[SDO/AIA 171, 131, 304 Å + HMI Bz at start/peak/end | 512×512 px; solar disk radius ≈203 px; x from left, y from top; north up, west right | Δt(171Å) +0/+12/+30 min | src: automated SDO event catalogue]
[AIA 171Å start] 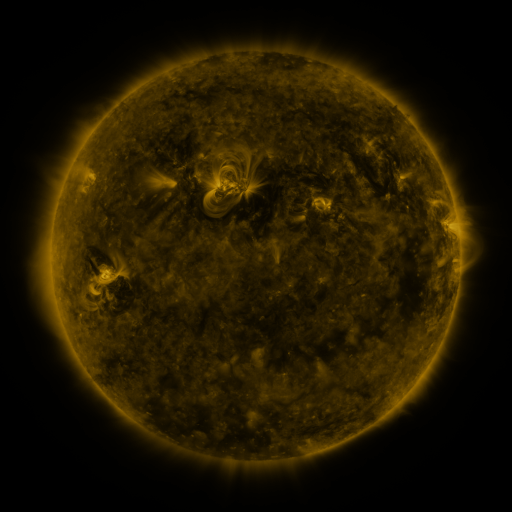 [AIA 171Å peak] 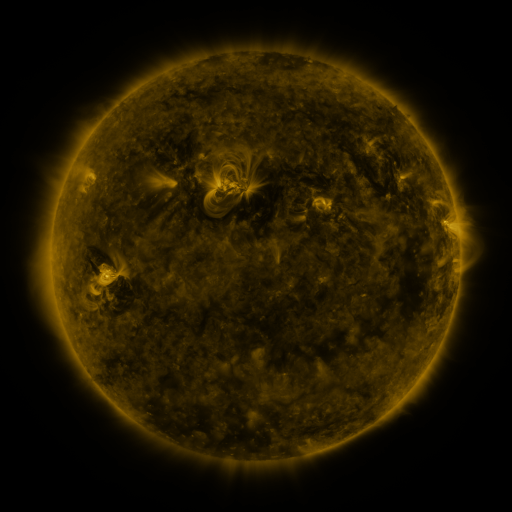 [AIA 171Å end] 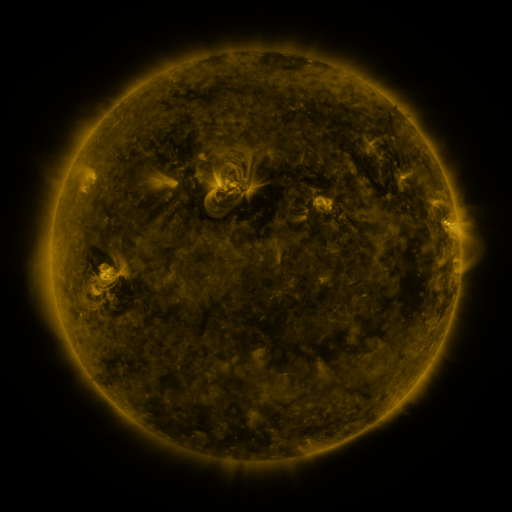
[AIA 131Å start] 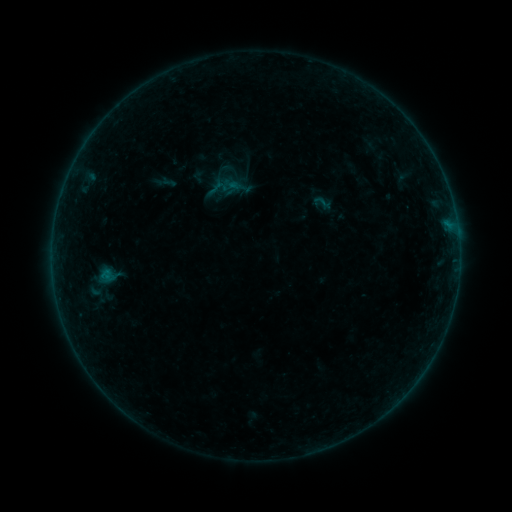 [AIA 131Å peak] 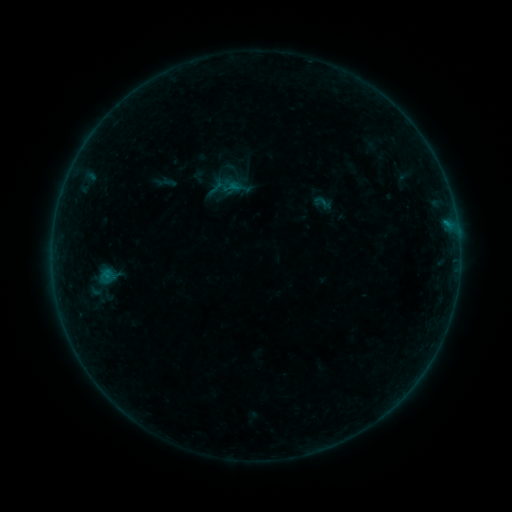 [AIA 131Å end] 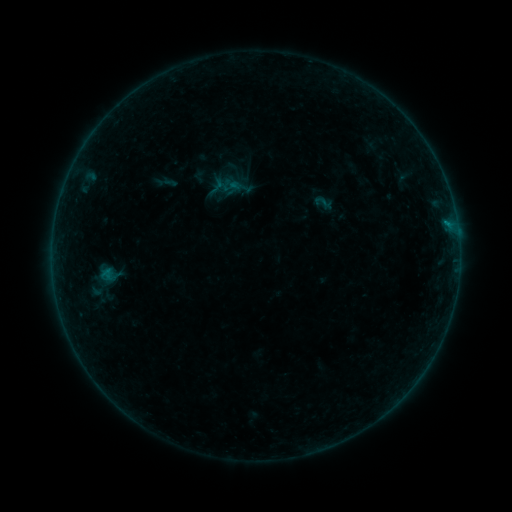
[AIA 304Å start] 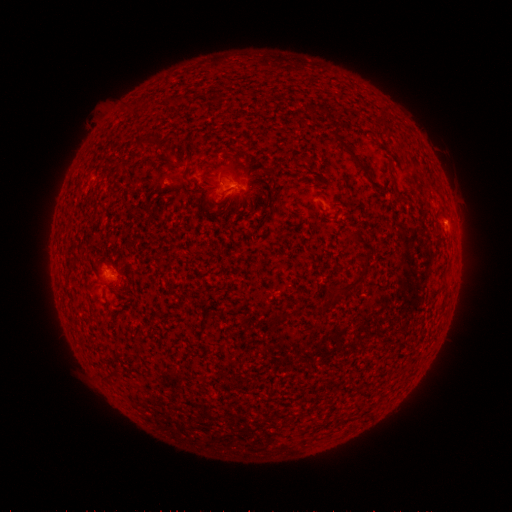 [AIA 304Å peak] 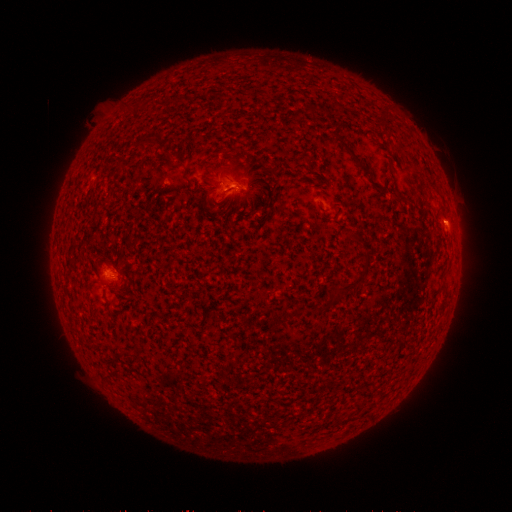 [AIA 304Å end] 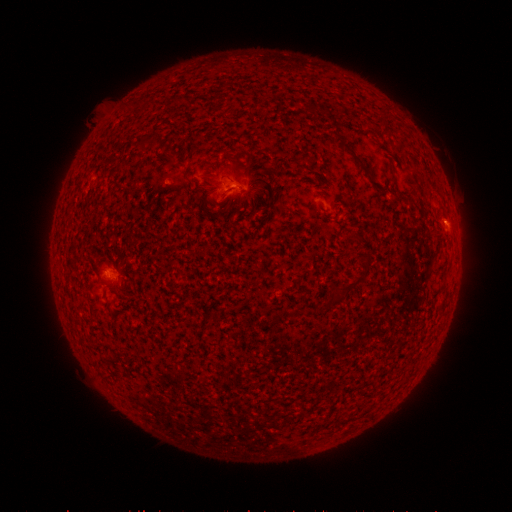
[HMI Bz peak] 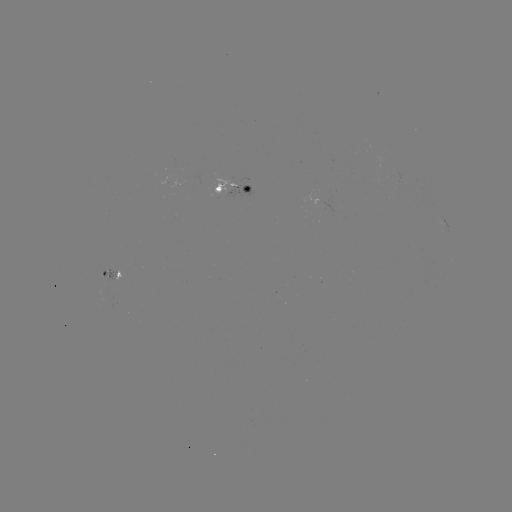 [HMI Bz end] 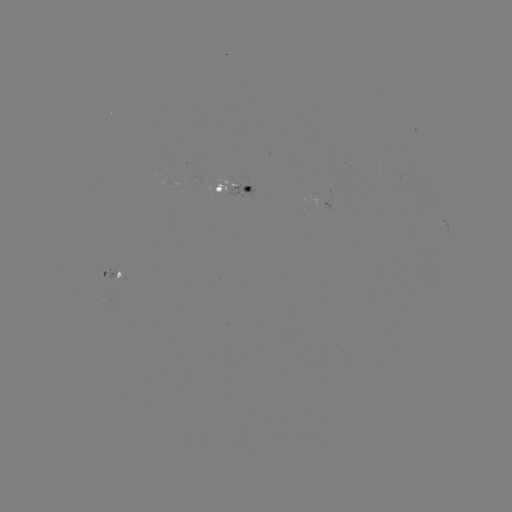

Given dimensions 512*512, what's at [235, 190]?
B2.4 flare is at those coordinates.